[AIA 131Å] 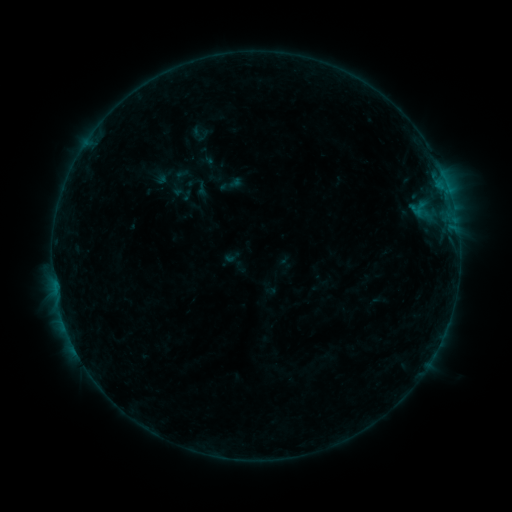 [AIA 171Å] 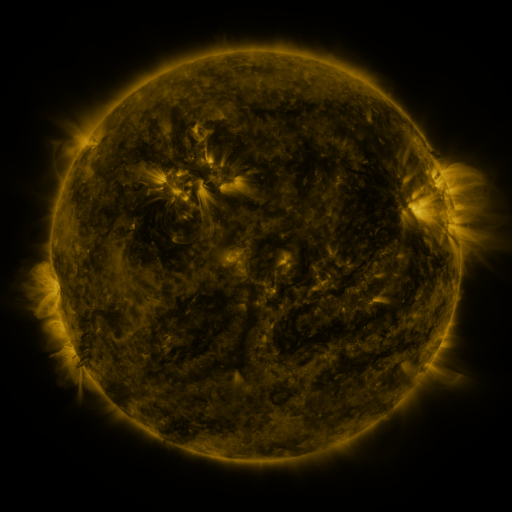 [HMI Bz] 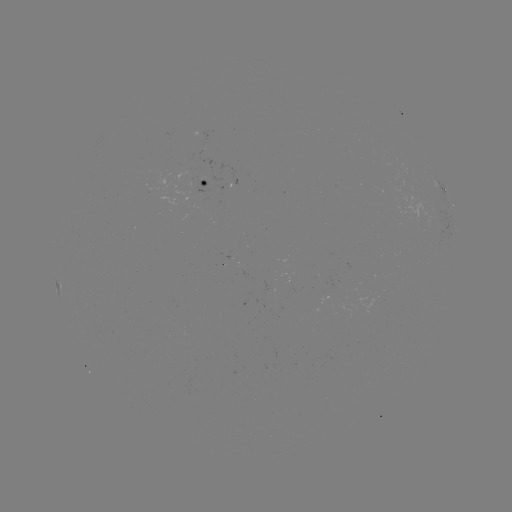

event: sigmoid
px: (231, 184)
